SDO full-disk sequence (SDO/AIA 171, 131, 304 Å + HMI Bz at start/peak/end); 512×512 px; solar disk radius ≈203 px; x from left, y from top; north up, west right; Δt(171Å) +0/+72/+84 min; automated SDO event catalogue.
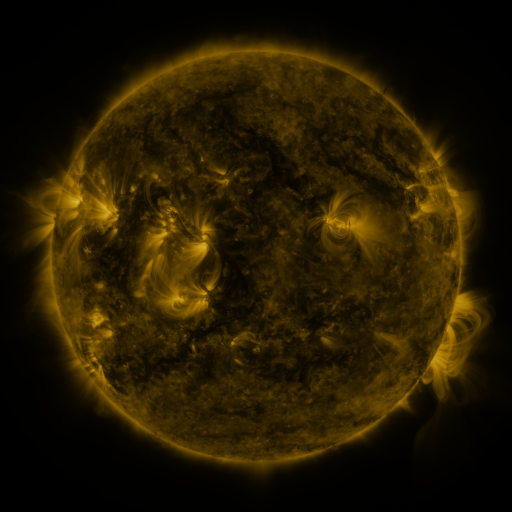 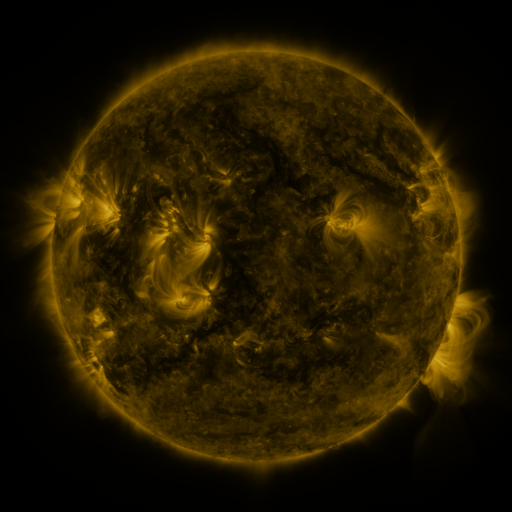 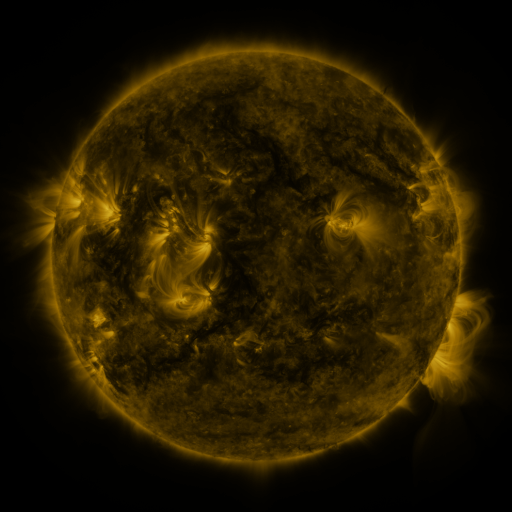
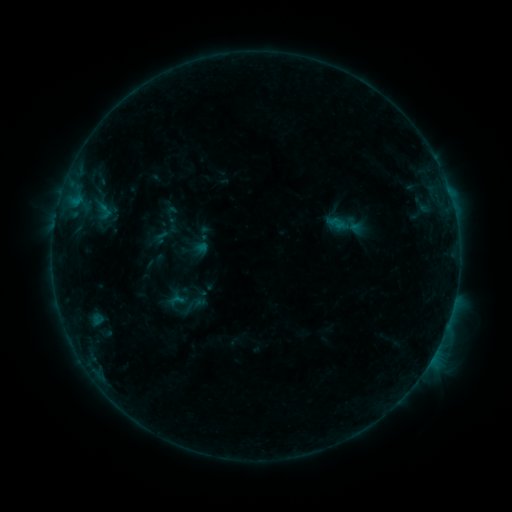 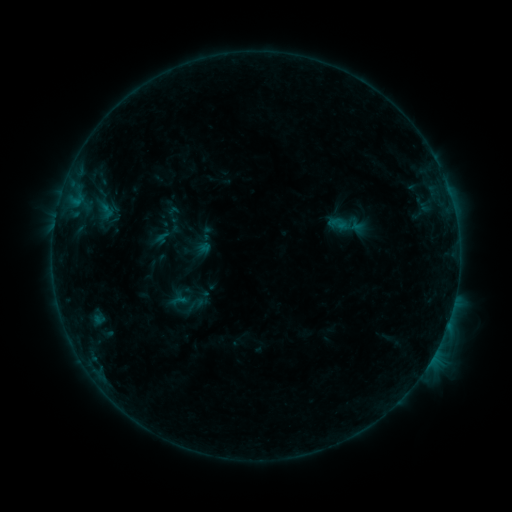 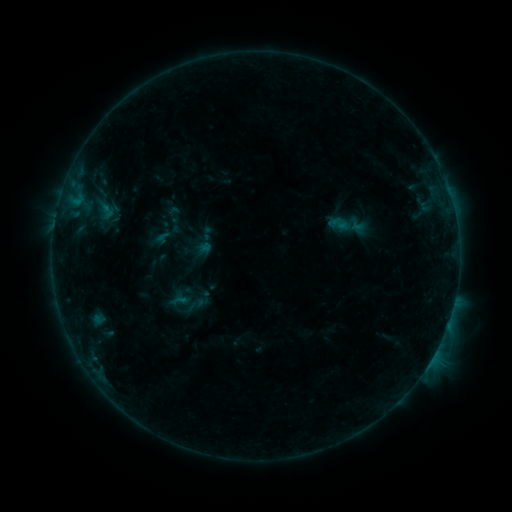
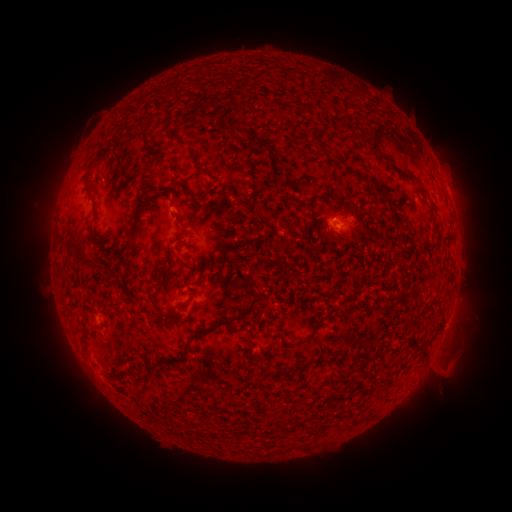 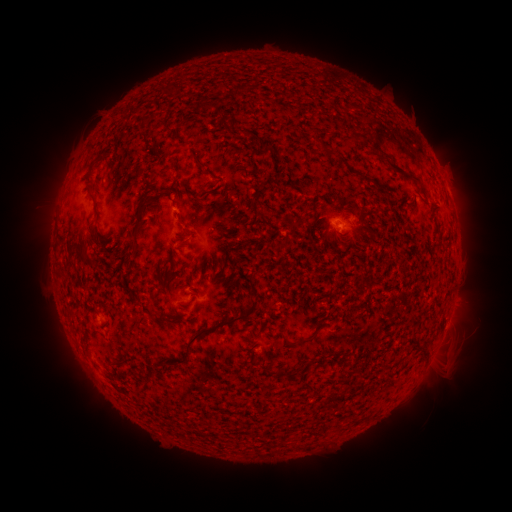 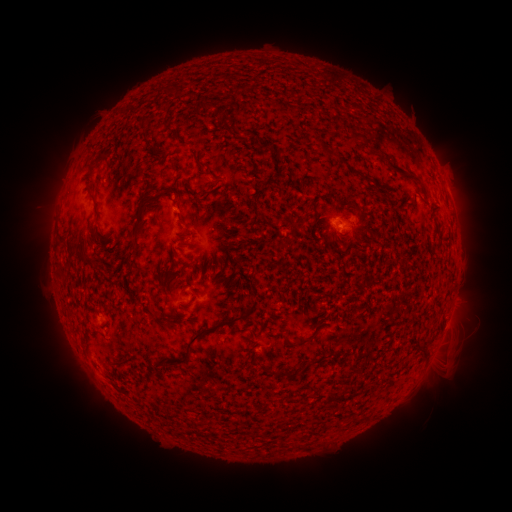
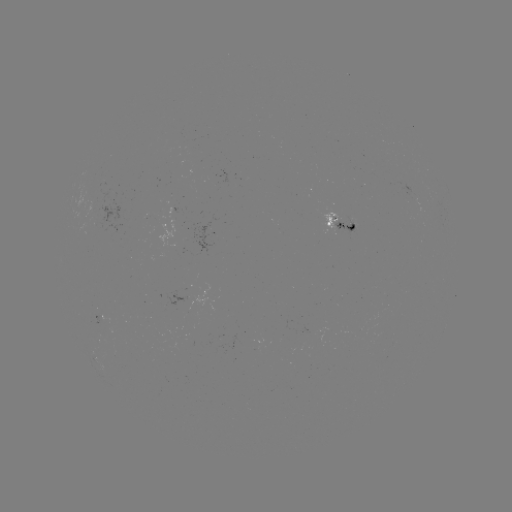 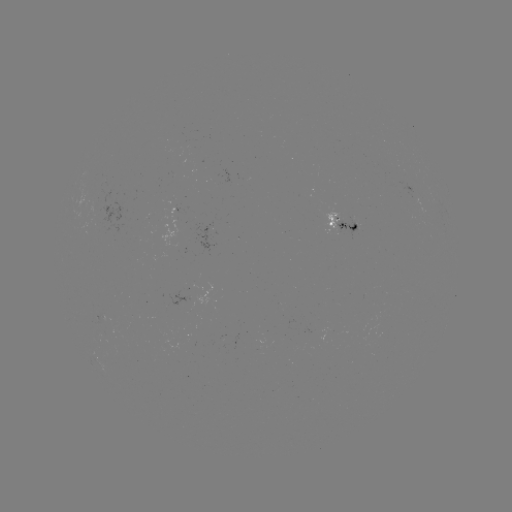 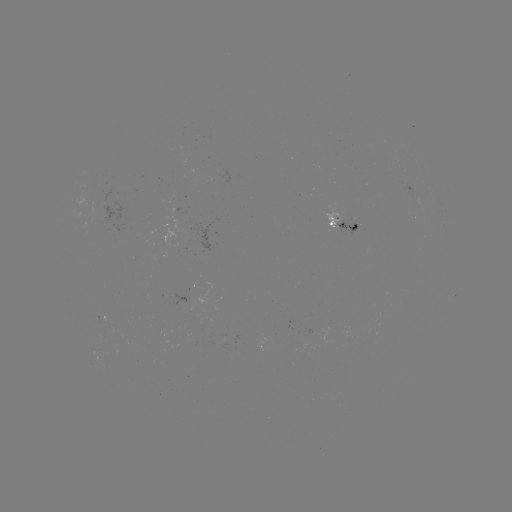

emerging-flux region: [337, 218, 358, 235]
